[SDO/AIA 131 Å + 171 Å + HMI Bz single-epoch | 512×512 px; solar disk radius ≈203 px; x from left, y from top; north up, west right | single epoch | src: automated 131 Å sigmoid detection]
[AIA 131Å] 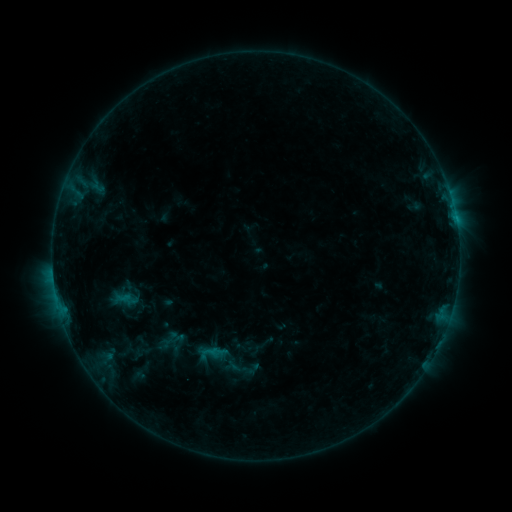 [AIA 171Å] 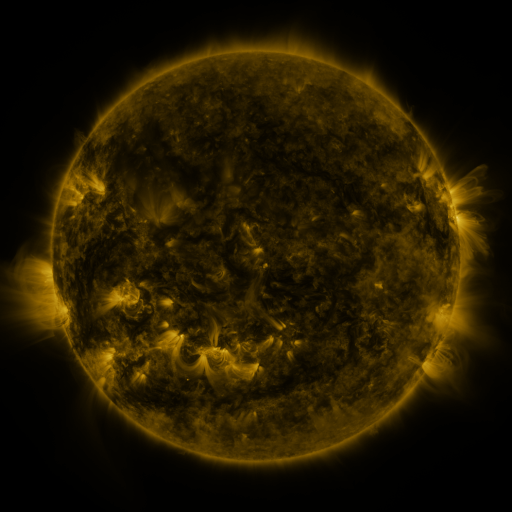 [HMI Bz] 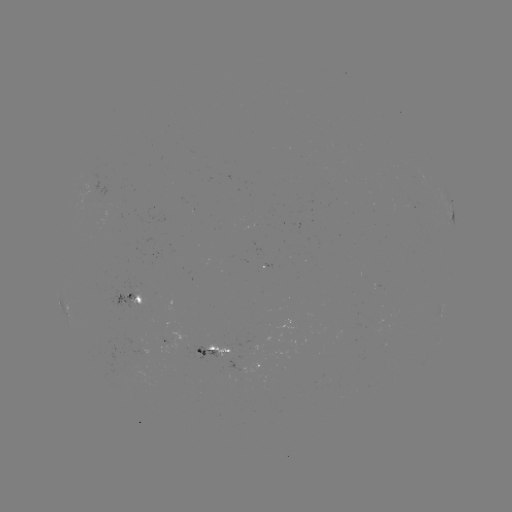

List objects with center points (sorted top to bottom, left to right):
sigmoid: [150, 326, 186, 356]
